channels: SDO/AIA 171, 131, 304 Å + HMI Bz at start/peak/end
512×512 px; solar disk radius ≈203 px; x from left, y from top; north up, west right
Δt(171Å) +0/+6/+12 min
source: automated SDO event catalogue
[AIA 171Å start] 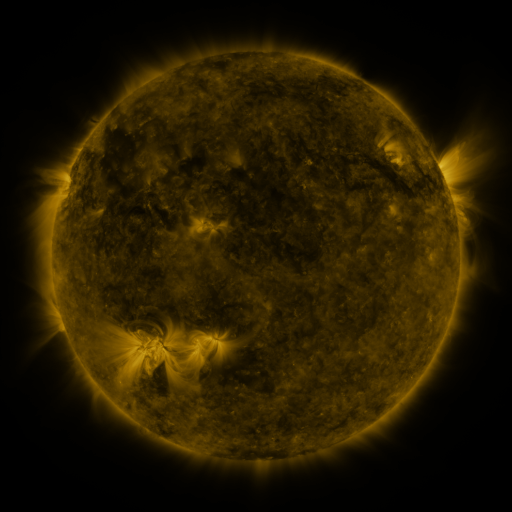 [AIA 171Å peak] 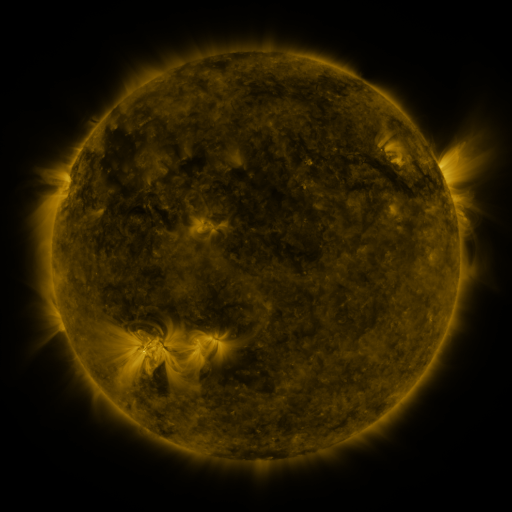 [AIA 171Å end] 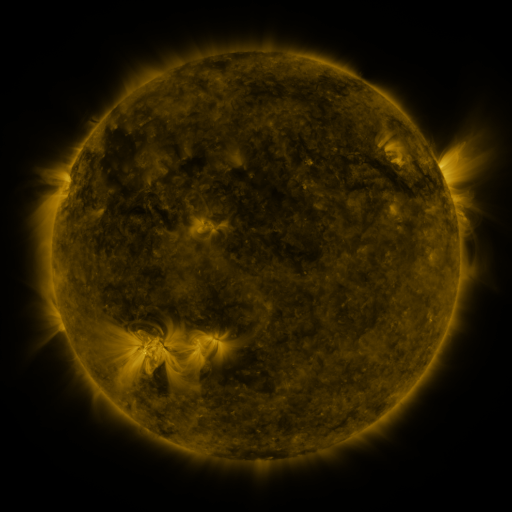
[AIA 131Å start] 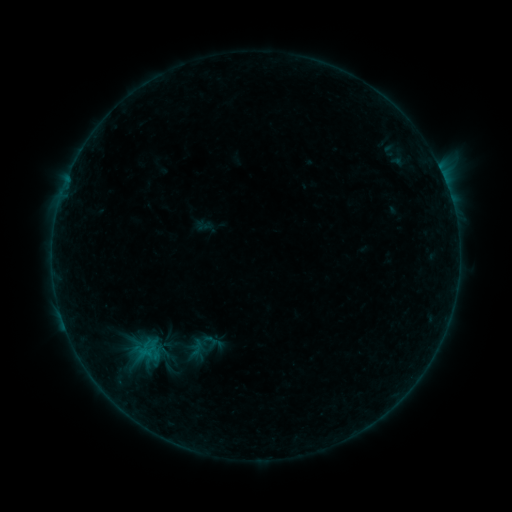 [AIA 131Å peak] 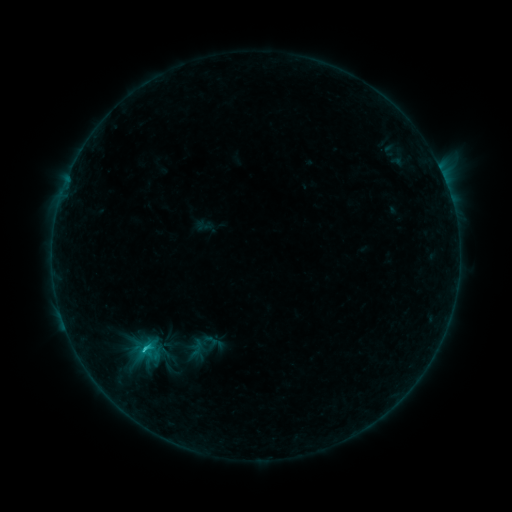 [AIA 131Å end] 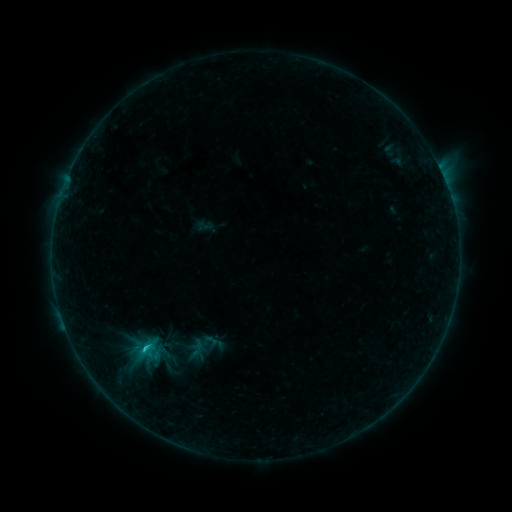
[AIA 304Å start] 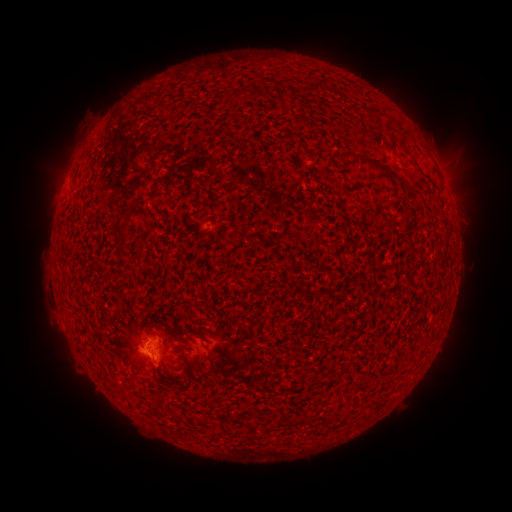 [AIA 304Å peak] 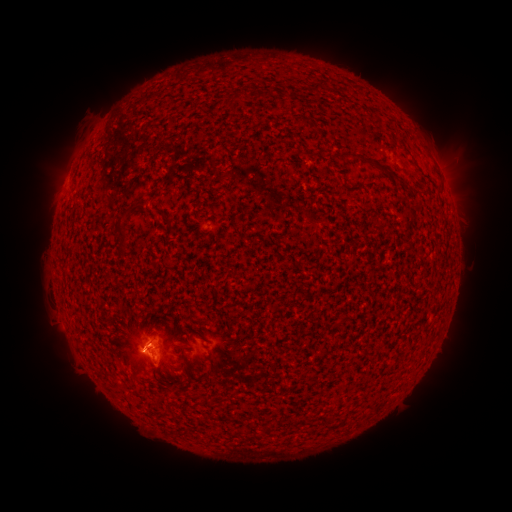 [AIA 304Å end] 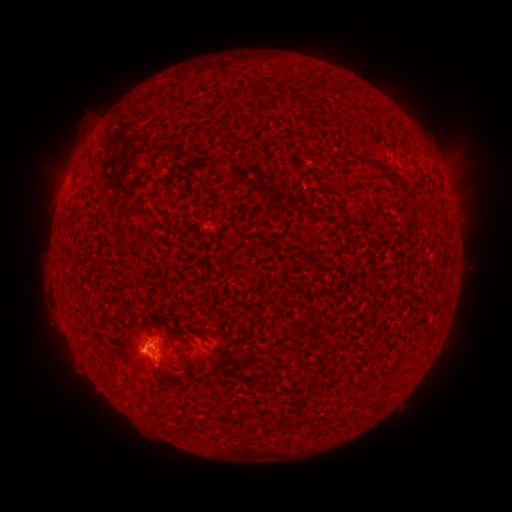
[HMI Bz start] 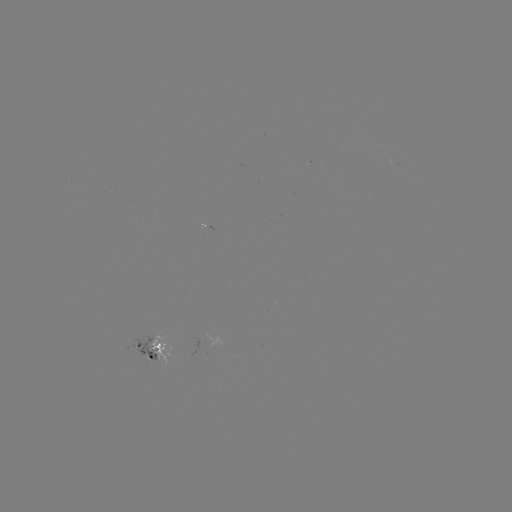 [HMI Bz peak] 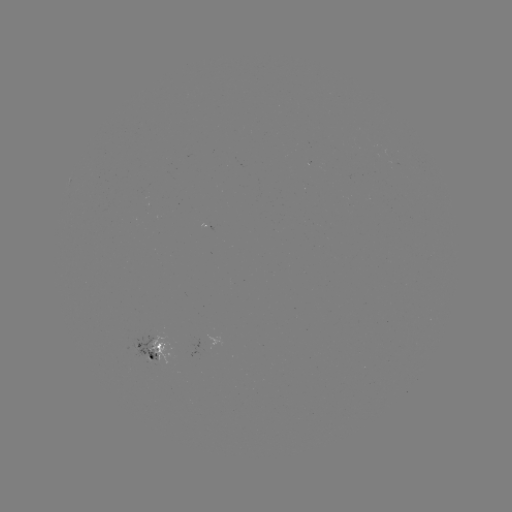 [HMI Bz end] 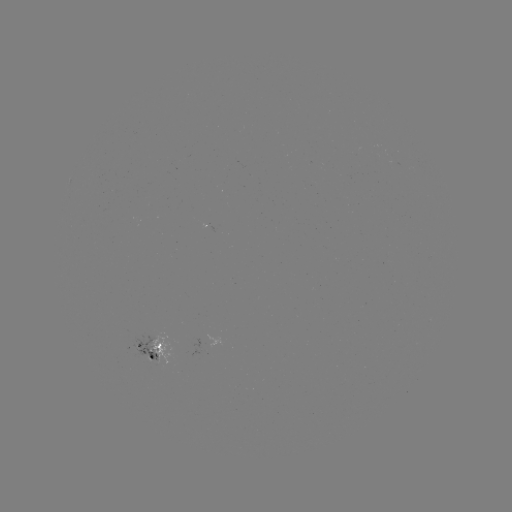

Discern B9.8 flare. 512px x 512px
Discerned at (145, 348).